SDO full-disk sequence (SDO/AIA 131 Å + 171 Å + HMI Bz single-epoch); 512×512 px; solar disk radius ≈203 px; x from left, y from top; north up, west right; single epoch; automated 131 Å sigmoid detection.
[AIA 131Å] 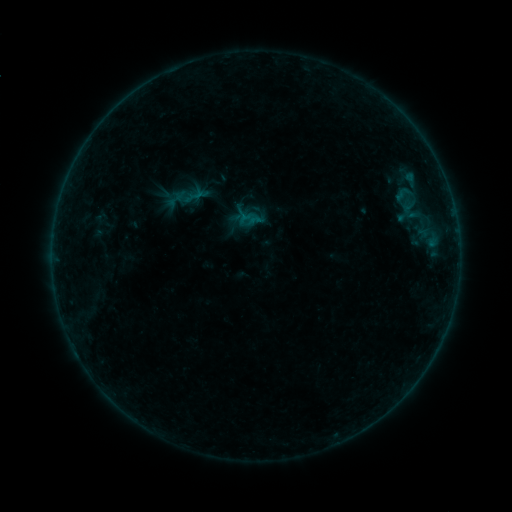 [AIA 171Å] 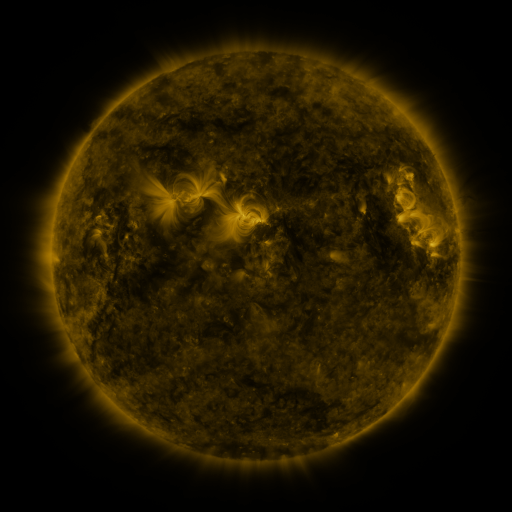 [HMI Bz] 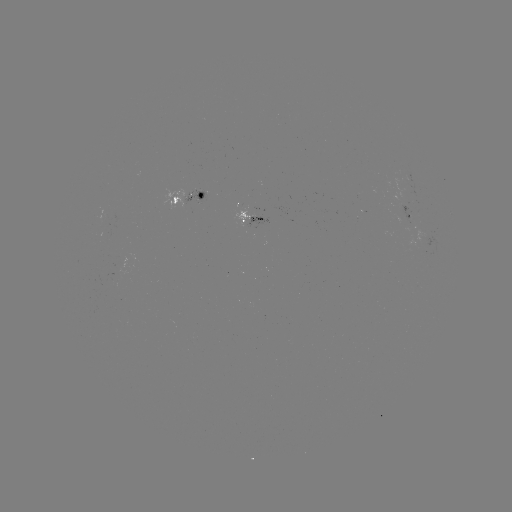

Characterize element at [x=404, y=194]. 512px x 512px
sigmoid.